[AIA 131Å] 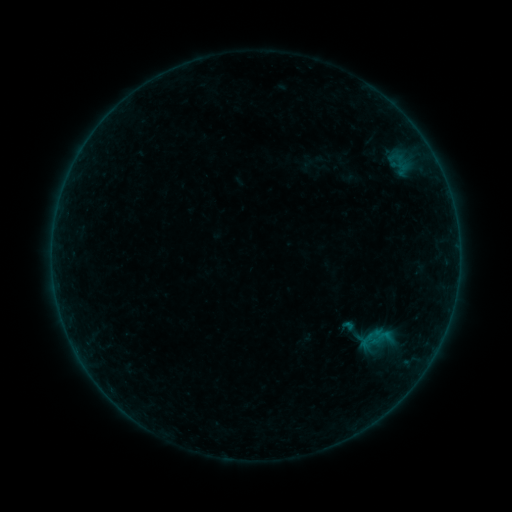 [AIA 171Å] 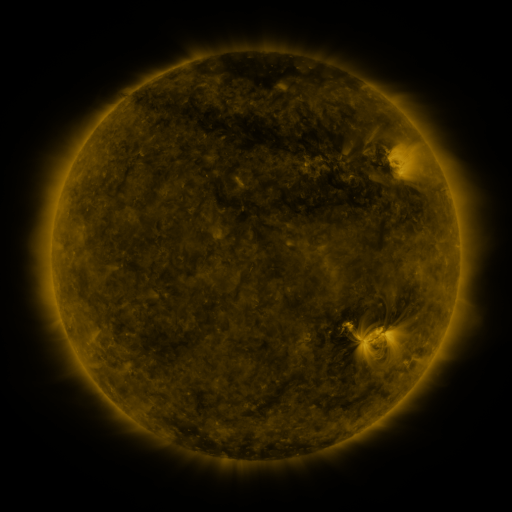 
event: sigmoid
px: (367, 340)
